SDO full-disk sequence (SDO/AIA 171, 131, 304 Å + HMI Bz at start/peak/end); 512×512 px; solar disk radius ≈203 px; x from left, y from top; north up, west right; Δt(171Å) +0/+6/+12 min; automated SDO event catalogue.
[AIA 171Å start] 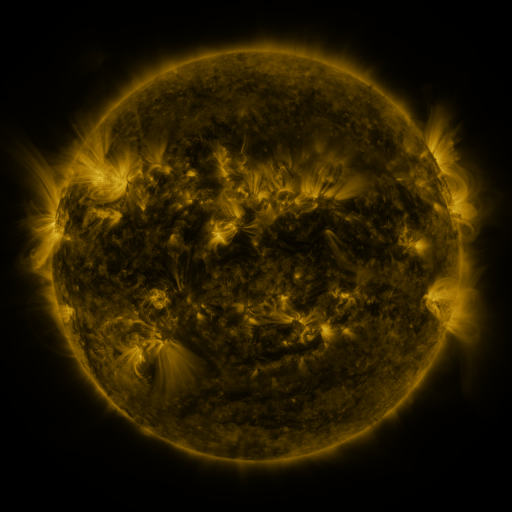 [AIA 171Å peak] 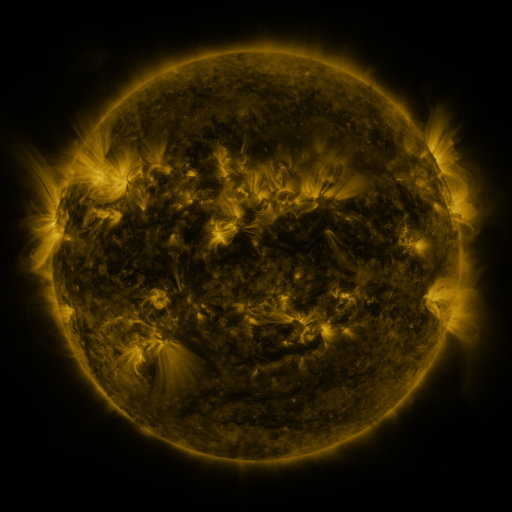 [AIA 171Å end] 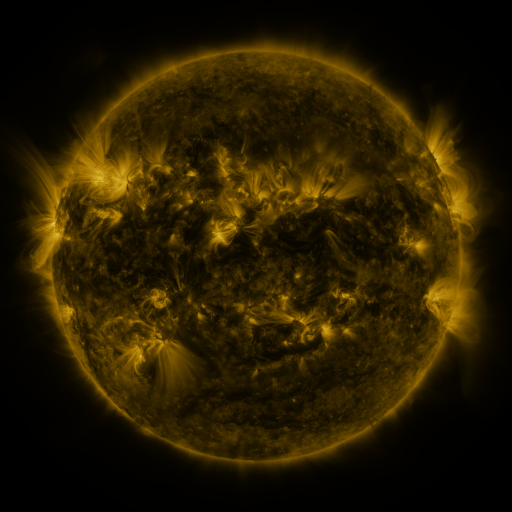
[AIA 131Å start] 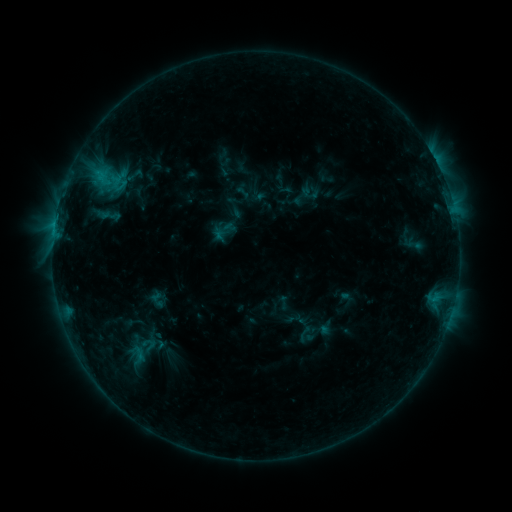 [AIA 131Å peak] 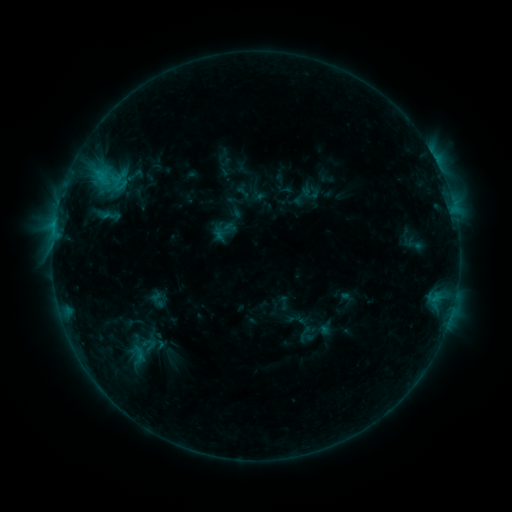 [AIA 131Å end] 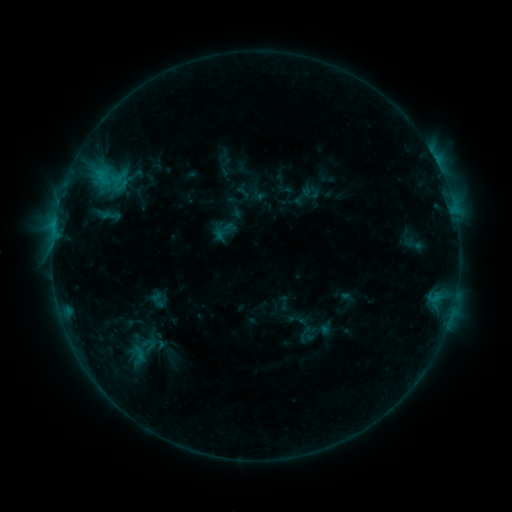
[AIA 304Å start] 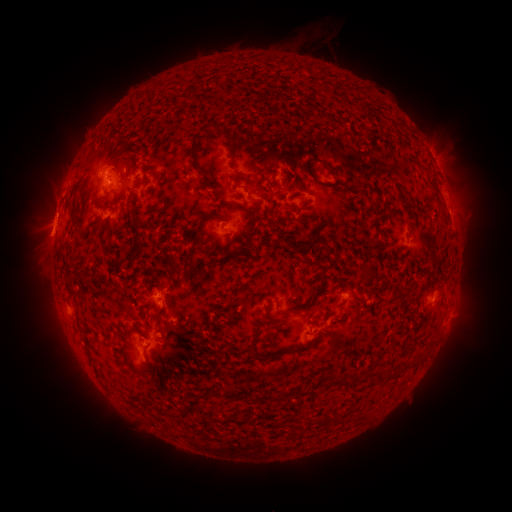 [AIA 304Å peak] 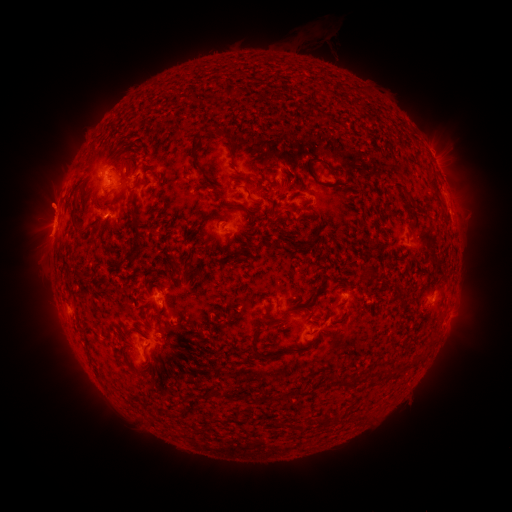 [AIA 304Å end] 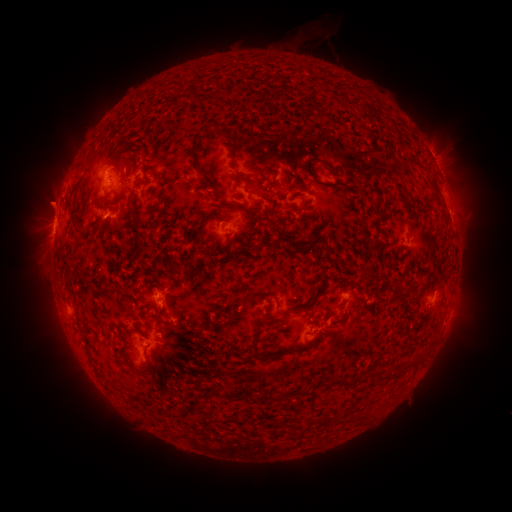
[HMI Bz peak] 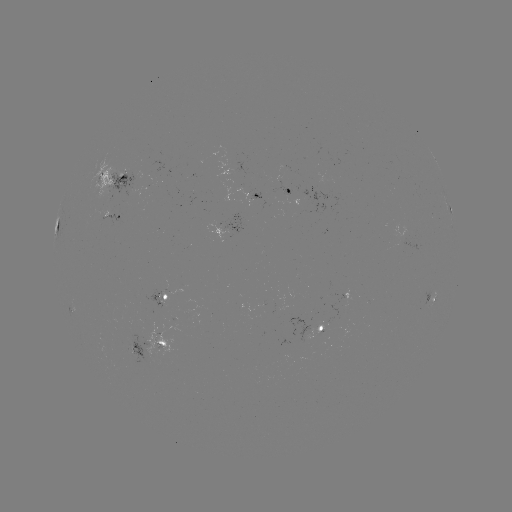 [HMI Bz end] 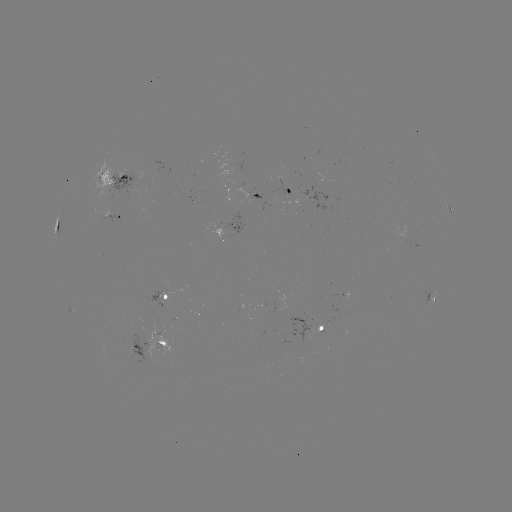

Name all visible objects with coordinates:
eruption: (49, 203)
